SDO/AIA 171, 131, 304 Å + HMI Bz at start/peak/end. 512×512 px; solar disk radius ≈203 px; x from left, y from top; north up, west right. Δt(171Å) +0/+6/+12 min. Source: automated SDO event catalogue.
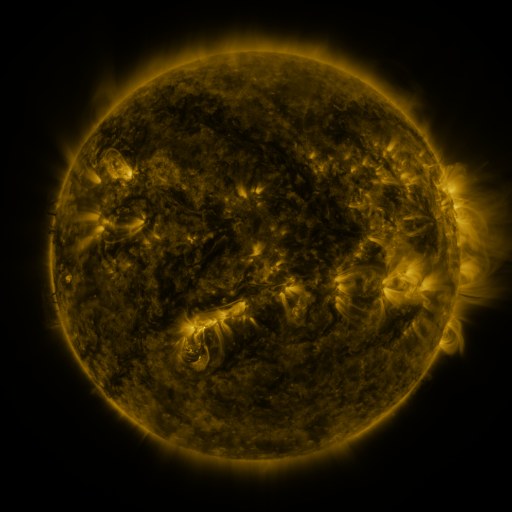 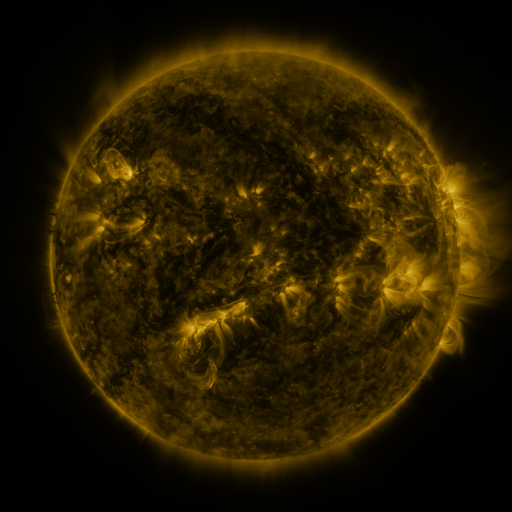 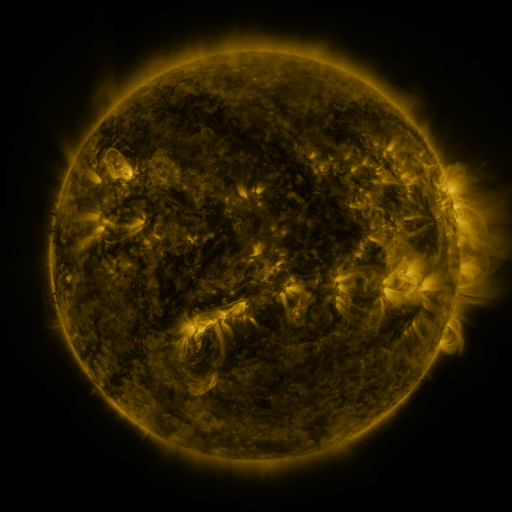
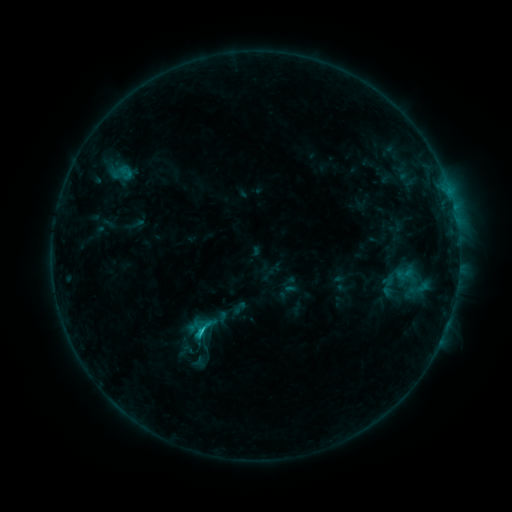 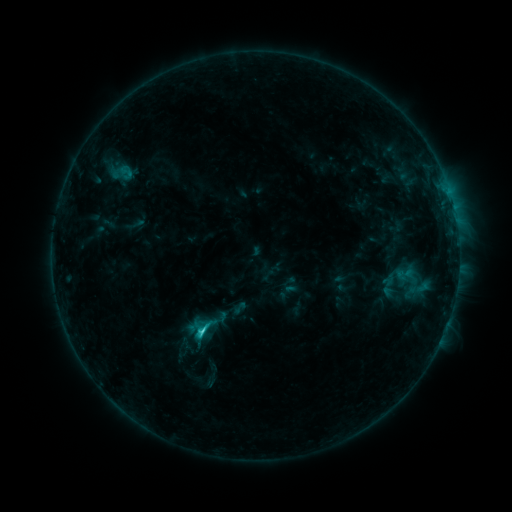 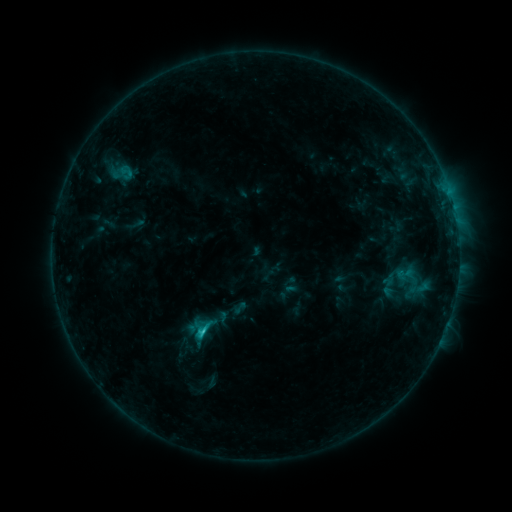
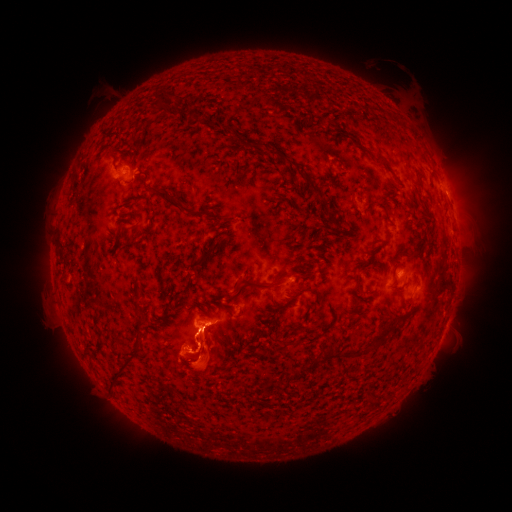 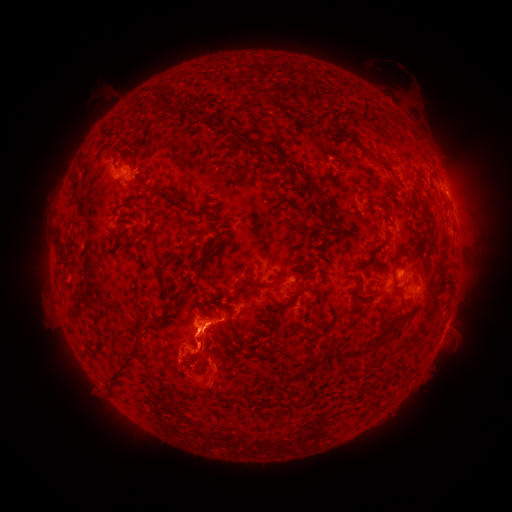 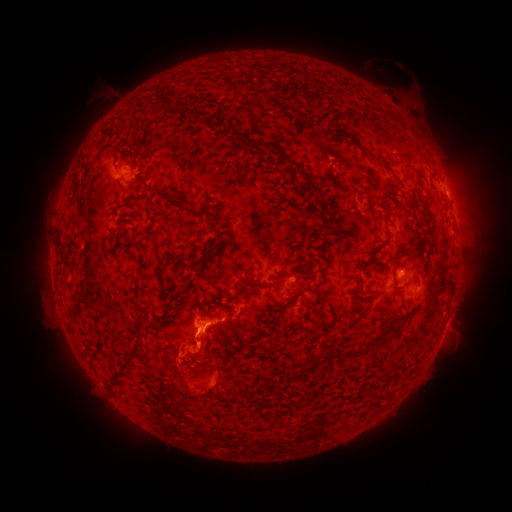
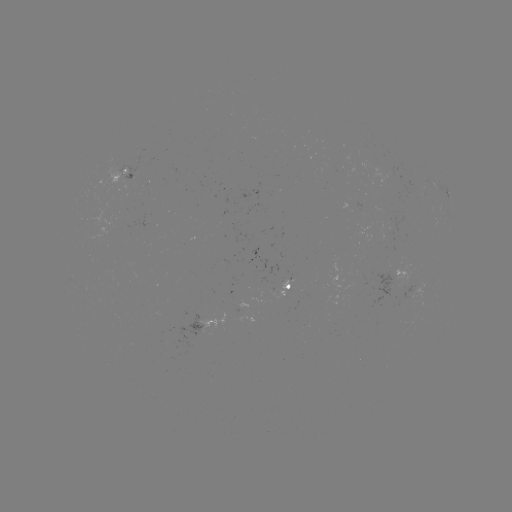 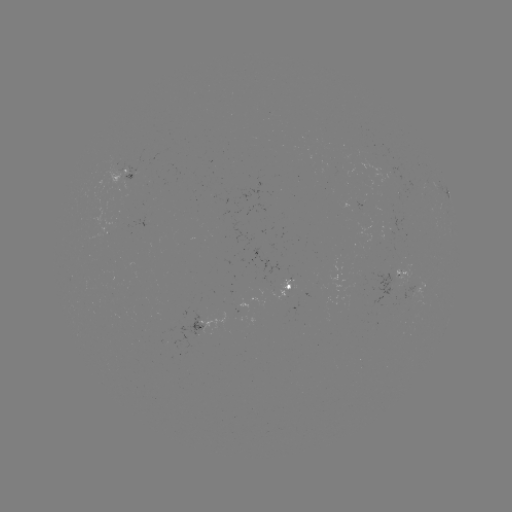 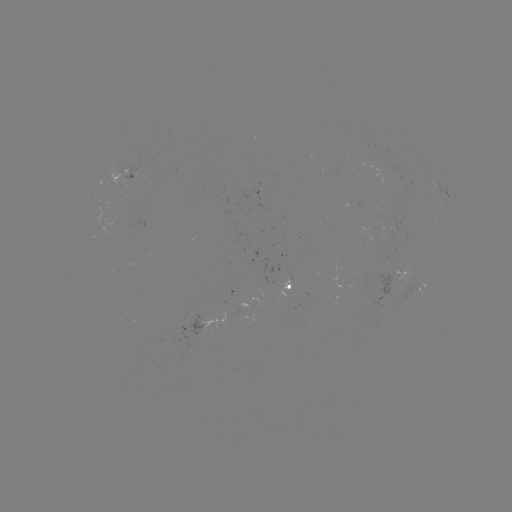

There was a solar flare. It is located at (204, 329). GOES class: C1.6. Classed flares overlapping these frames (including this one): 1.